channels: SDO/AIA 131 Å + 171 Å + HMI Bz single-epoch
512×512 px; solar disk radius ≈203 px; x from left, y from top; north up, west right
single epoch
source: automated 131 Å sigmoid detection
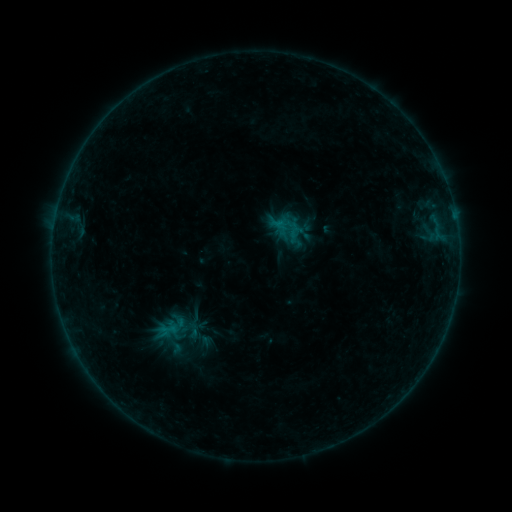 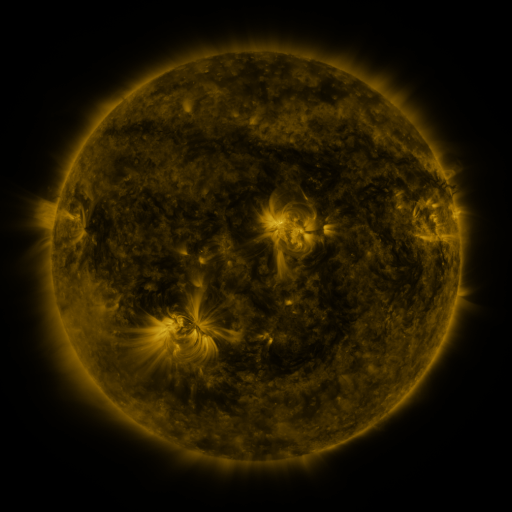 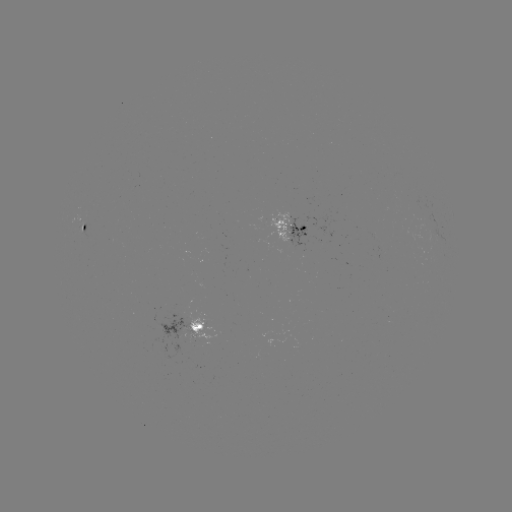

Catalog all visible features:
sigmoid: <bbox>157, 310, 197, 346</bbox>
